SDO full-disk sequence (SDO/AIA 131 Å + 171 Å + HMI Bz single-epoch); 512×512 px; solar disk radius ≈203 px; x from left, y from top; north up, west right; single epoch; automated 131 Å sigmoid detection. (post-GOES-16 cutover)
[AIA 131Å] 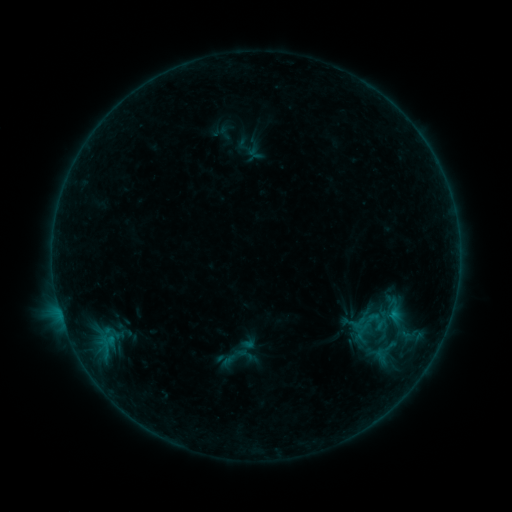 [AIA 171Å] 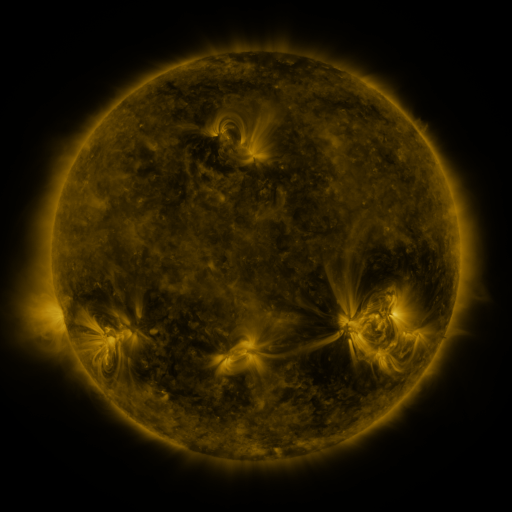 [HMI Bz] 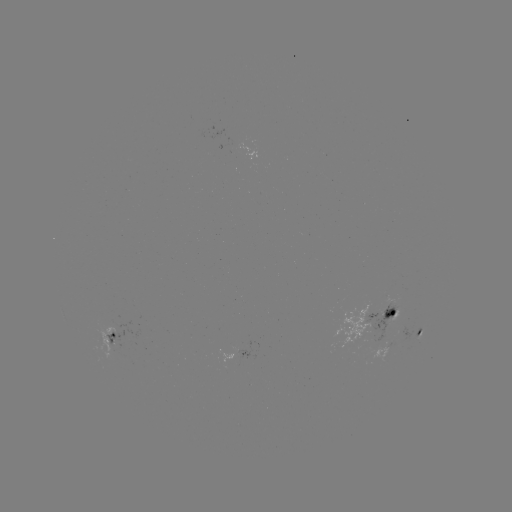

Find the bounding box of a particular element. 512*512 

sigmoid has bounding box [359, 310, 380, 330].